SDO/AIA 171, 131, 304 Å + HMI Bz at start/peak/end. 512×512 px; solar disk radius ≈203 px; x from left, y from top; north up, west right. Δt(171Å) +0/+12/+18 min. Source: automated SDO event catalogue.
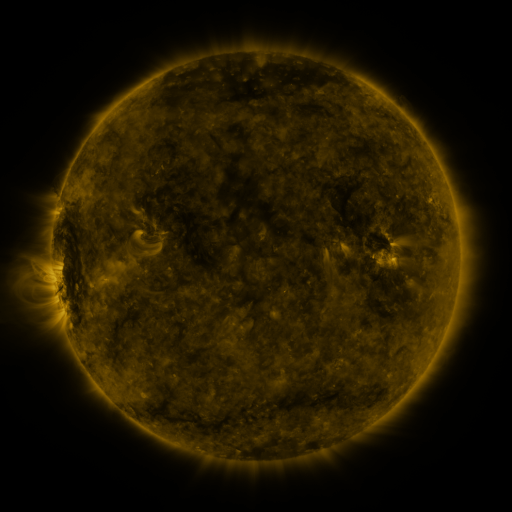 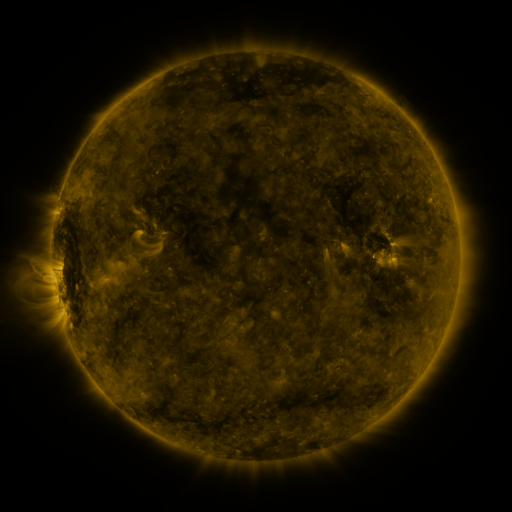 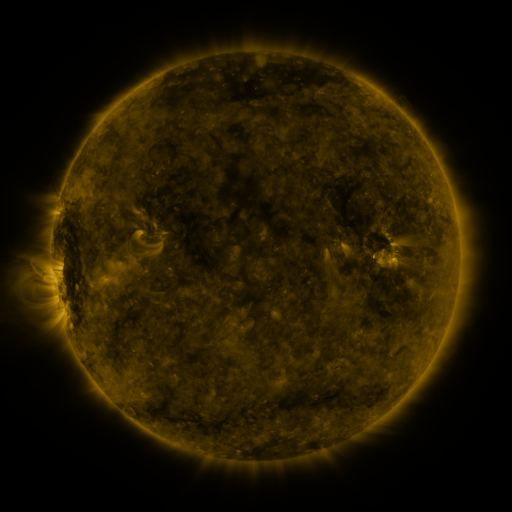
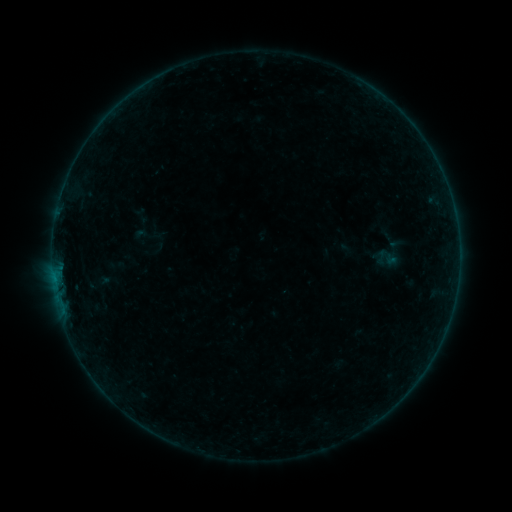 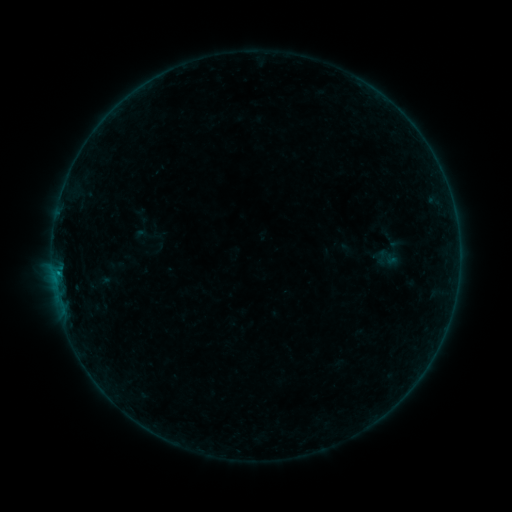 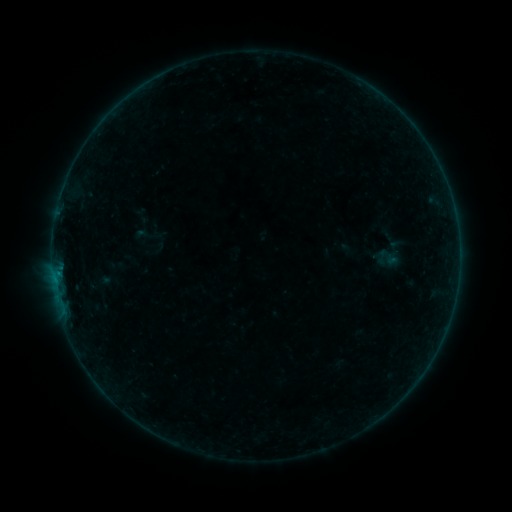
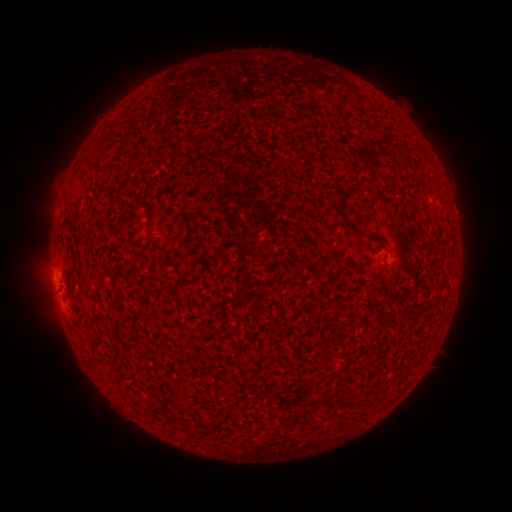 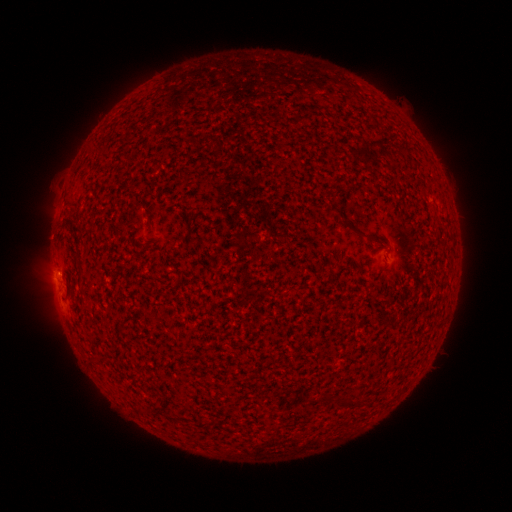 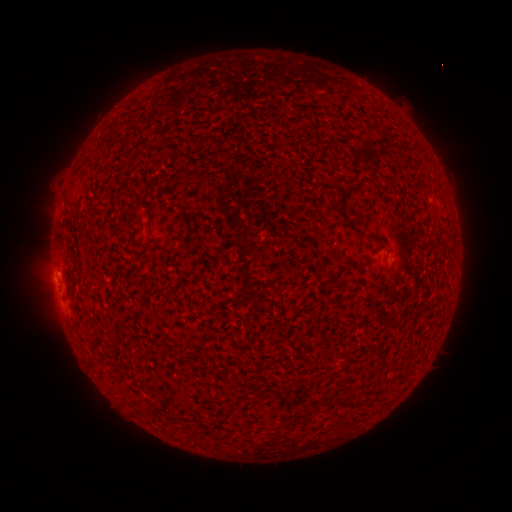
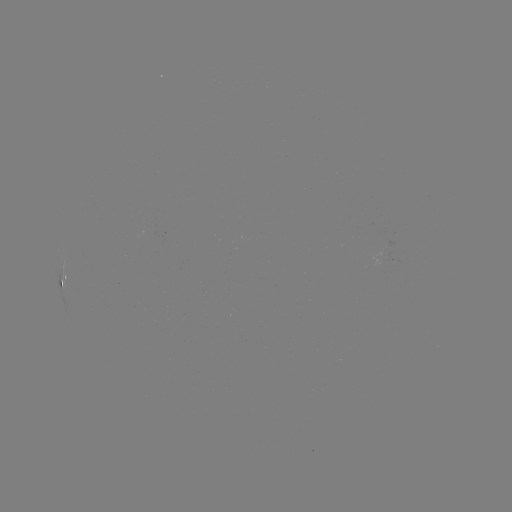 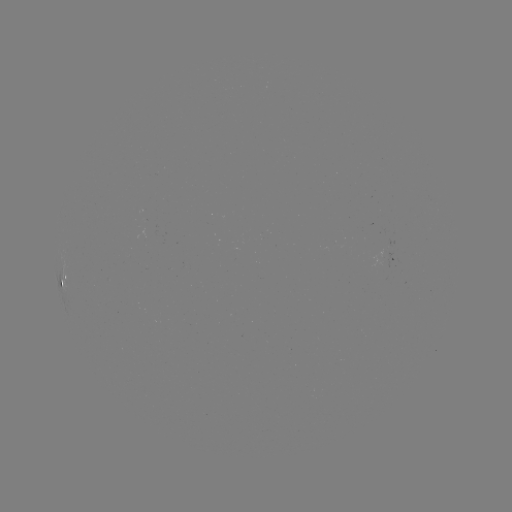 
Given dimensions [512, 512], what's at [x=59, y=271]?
B2.3 flare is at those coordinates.